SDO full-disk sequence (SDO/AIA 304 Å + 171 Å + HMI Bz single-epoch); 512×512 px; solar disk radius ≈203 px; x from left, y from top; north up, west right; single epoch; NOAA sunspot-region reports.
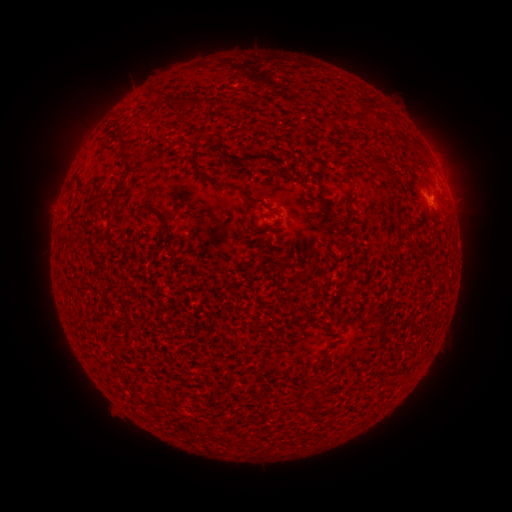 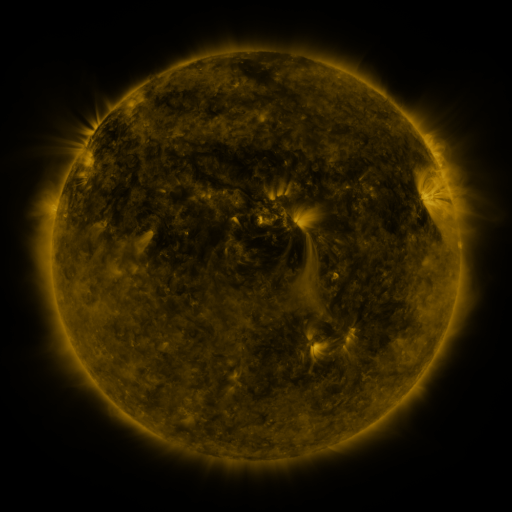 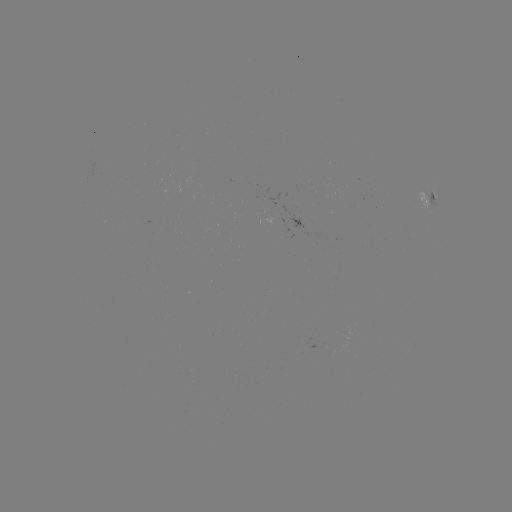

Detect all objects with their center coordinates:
spotted active region: (429, 200)
